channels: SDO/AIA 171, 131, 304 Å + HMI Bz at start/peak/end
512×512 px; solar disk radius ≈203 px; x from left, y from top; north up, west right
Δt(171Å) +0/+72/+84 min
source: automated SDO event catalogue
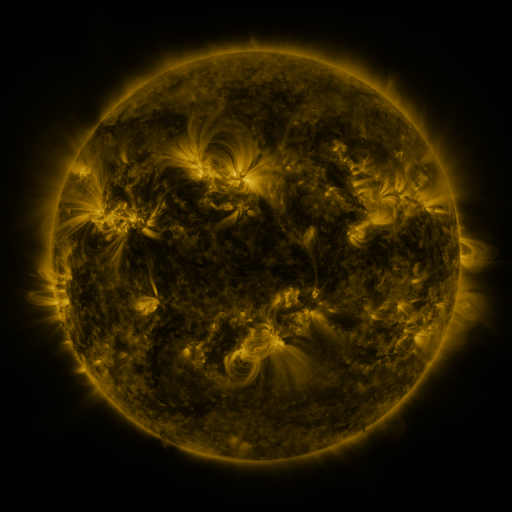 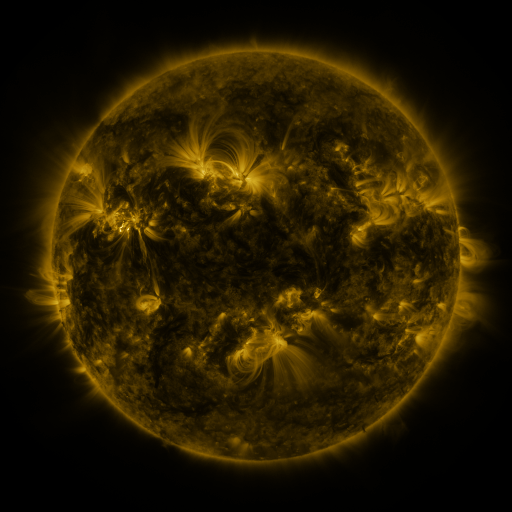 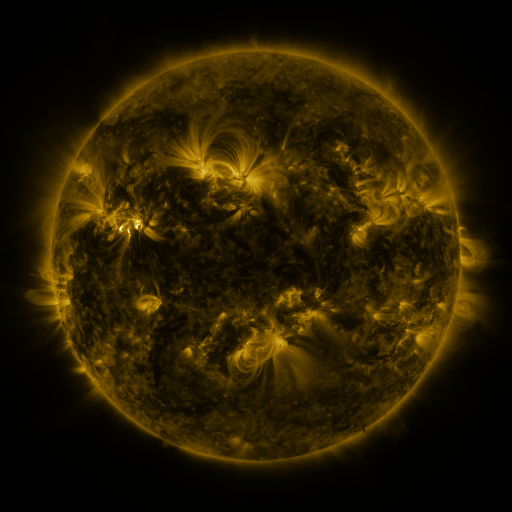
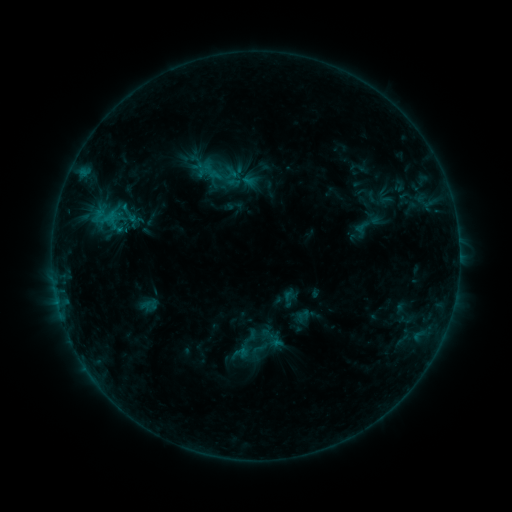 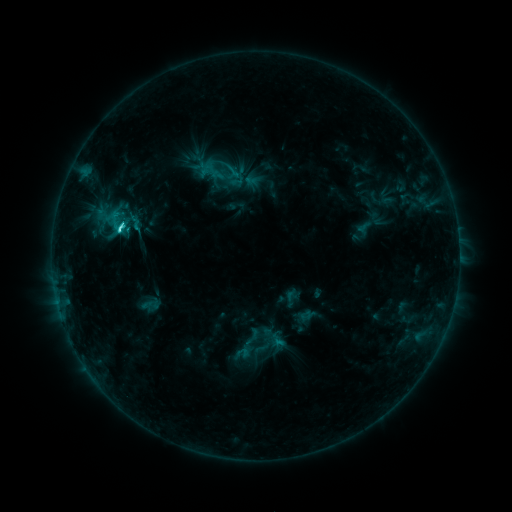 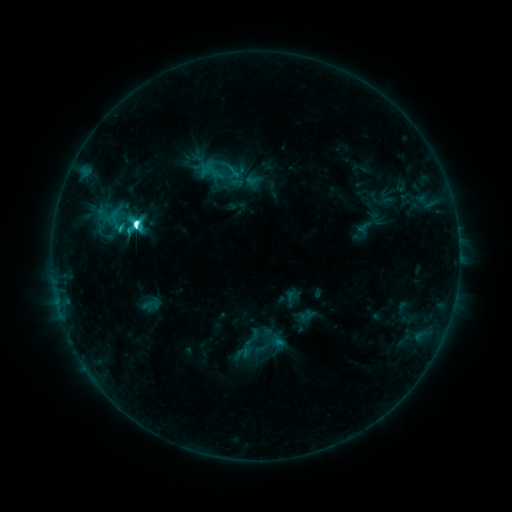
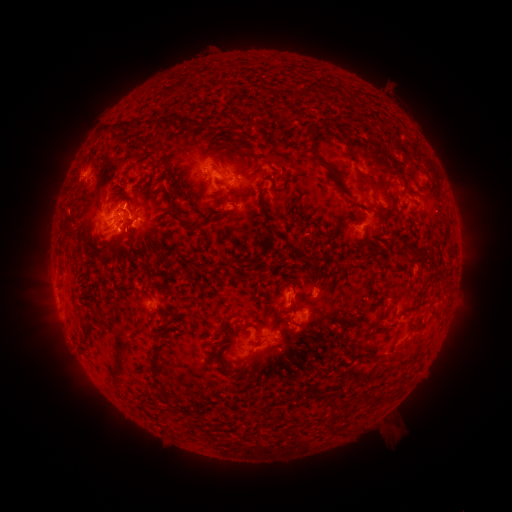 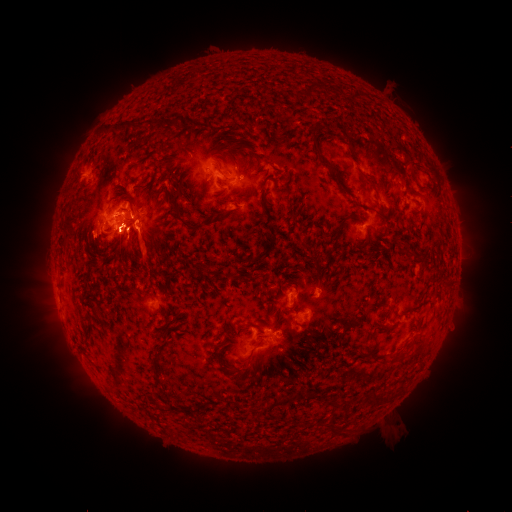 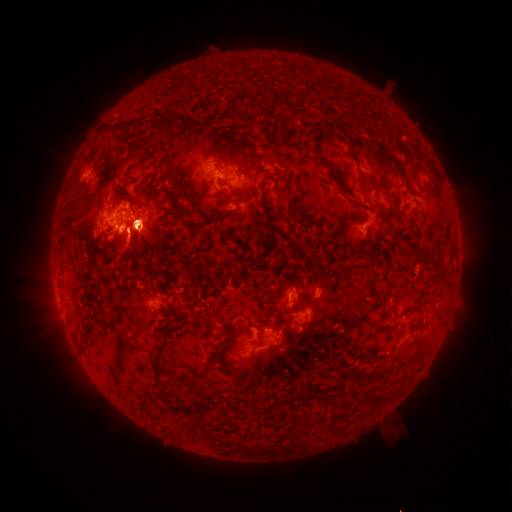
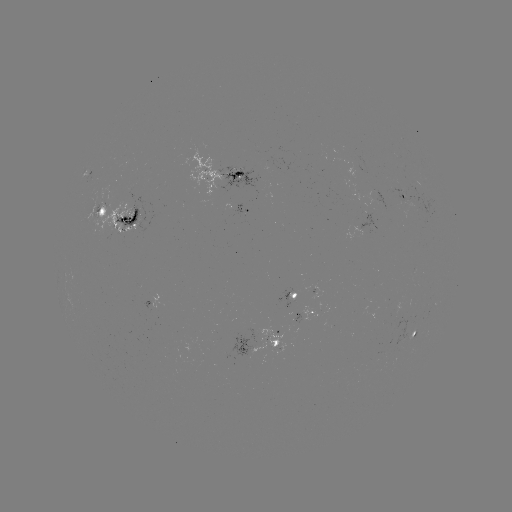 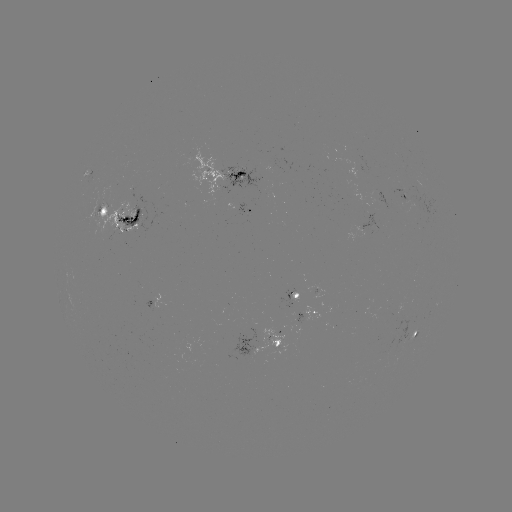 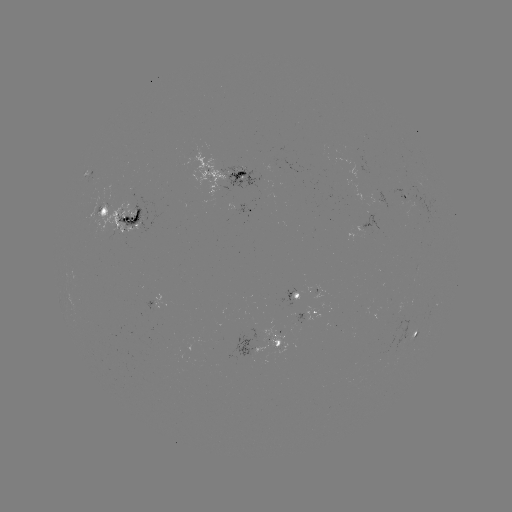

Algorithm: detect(emerging-flux region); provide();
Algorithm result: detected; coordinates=403,192